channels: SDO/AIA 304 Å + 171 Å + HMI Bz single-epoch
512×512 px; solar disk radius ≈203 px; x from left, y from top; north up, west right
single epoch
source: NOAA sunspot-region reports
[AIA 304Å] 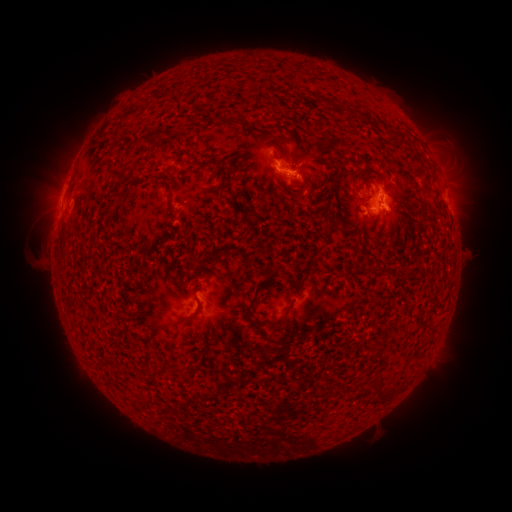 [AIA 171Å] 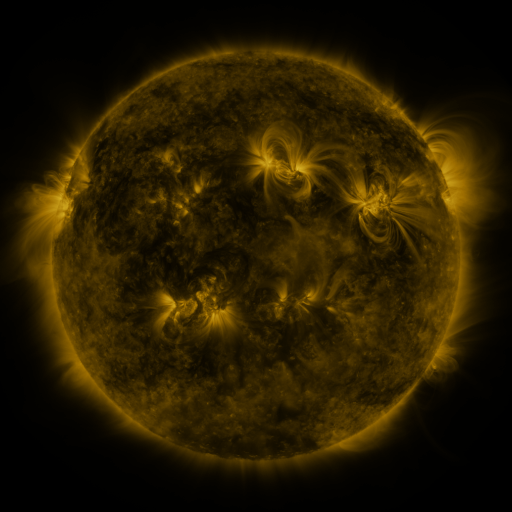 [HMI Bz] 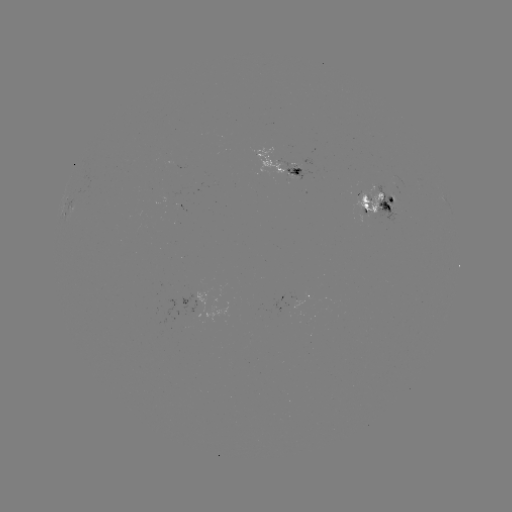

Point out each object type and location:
spotted active region: (286, 162)
spotted active region: (382, 204)
spotted active region: (65, 209)
